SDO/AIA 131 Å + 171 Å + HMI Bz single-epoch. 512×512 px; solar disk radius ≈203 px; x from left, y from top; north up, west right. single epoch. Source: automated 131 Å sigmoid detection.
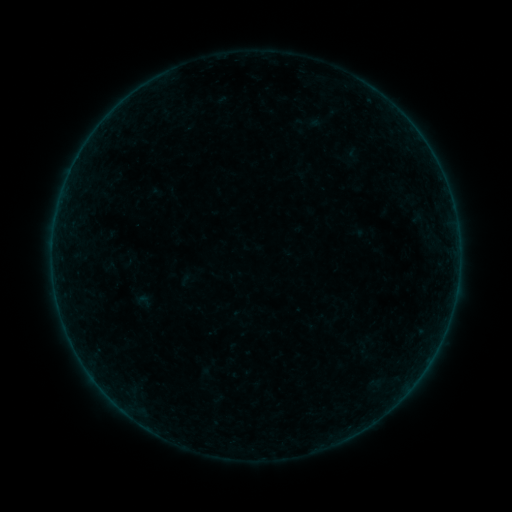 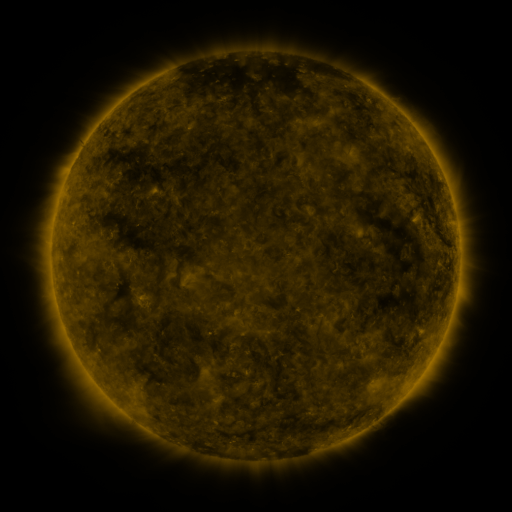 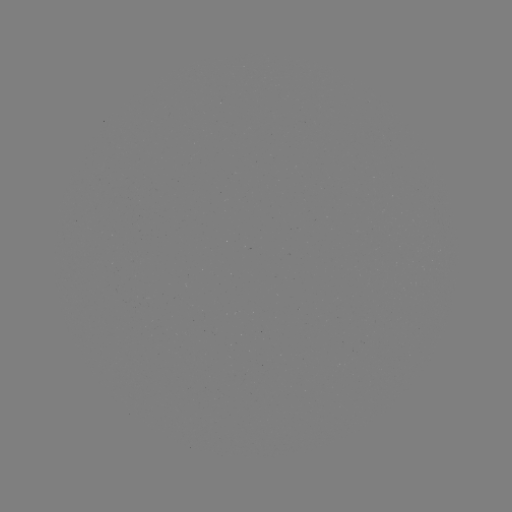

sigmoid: <bbox>134, 291, 154, 311</bbox>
